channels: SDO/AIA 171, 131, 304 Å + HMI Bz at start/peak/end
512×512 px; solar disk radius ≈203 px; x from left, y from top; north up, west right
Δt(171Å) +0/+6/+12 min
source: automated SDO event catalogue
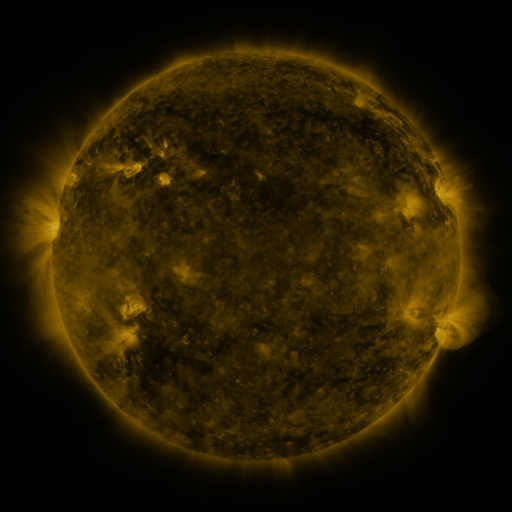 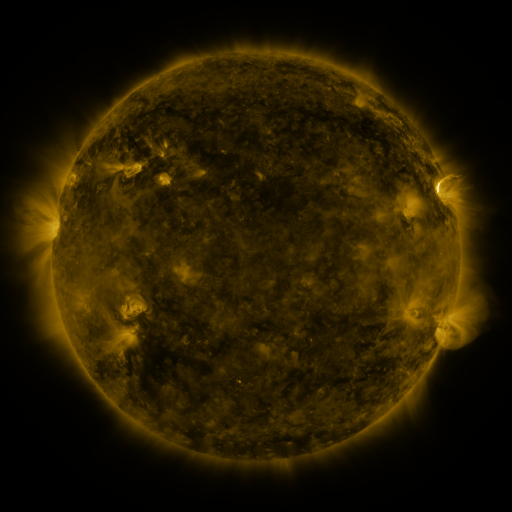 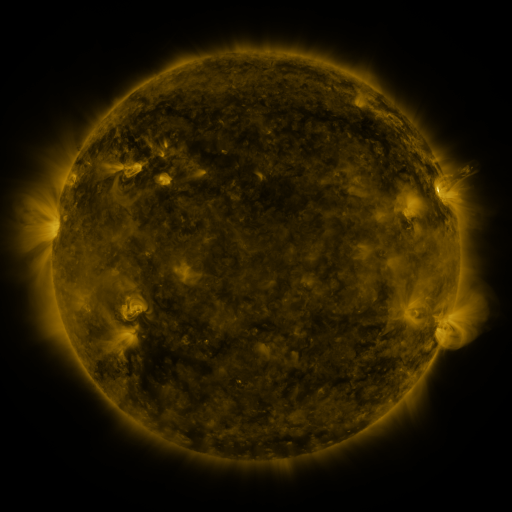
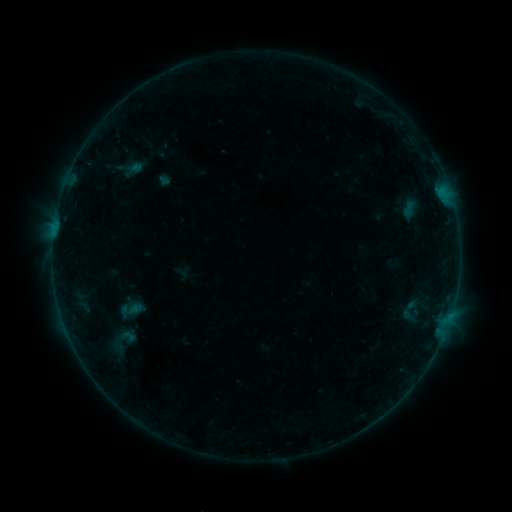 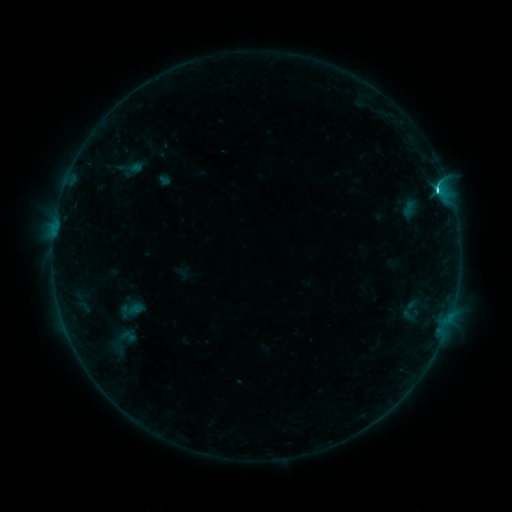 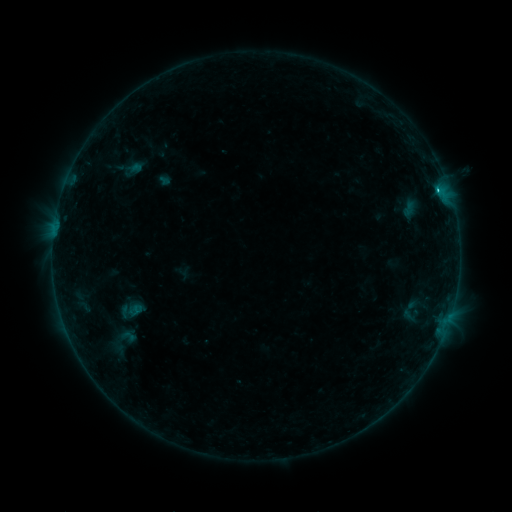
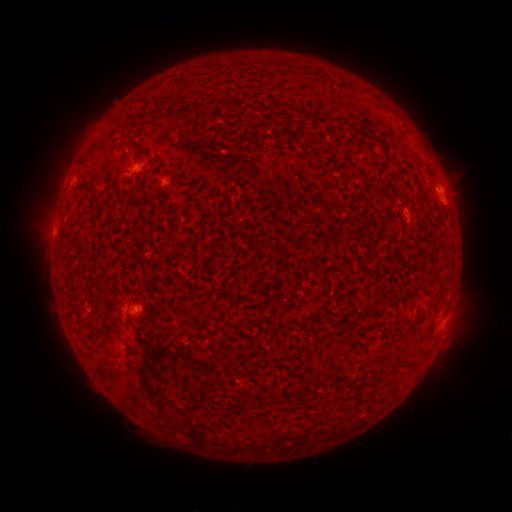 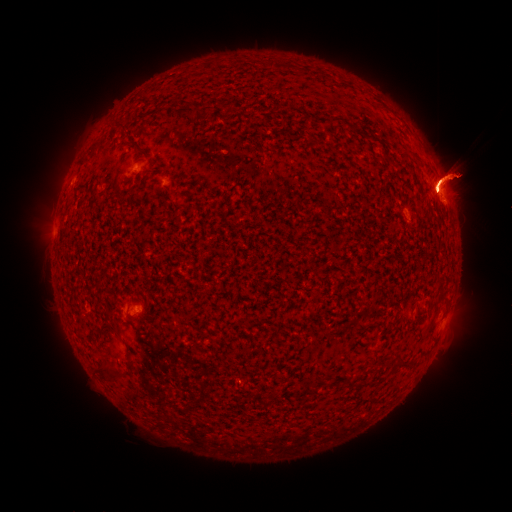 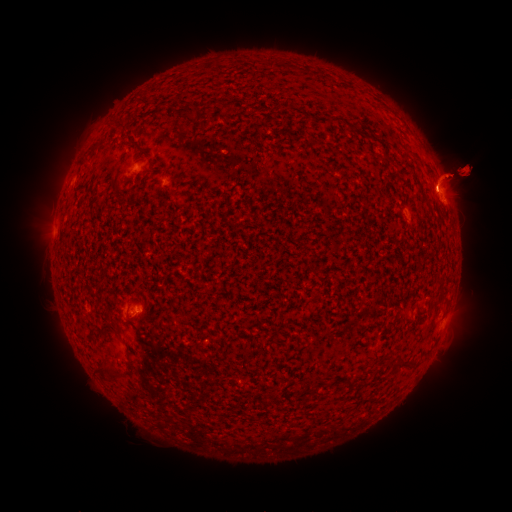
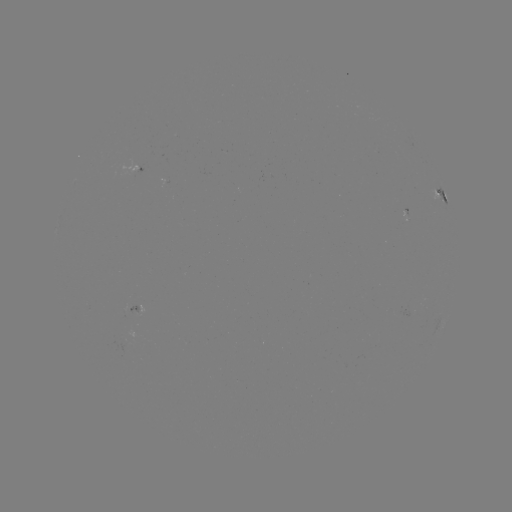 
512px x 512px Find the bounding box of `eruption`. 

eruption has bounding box [34, 286, 140, 424].